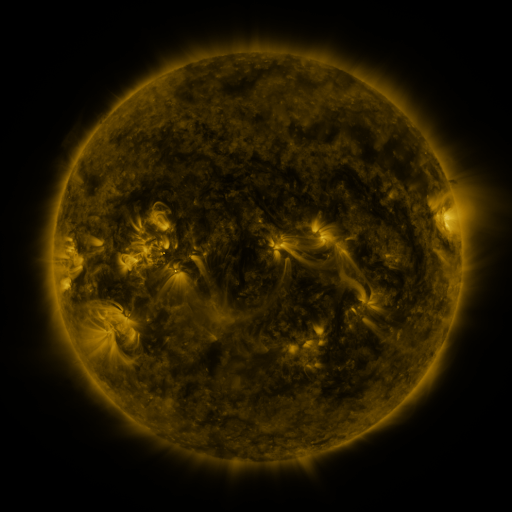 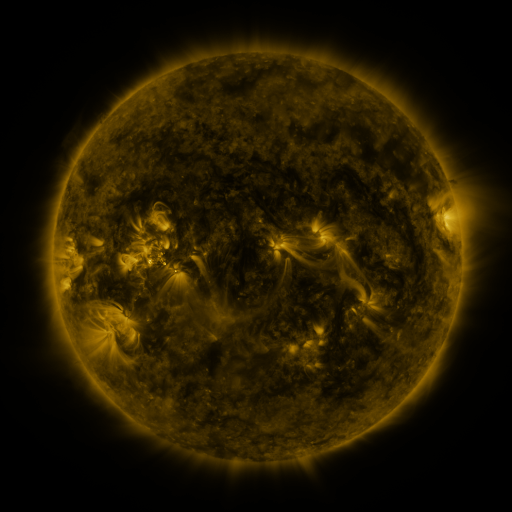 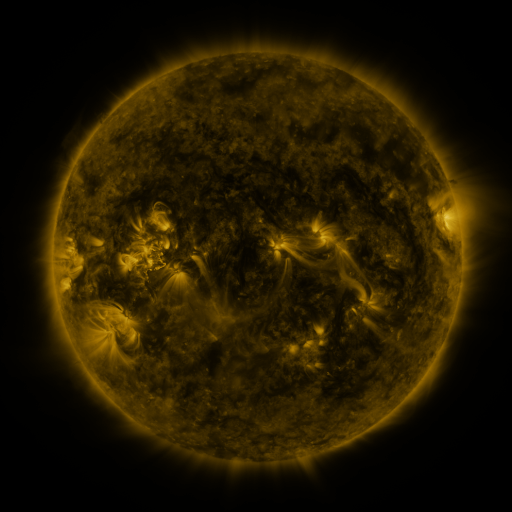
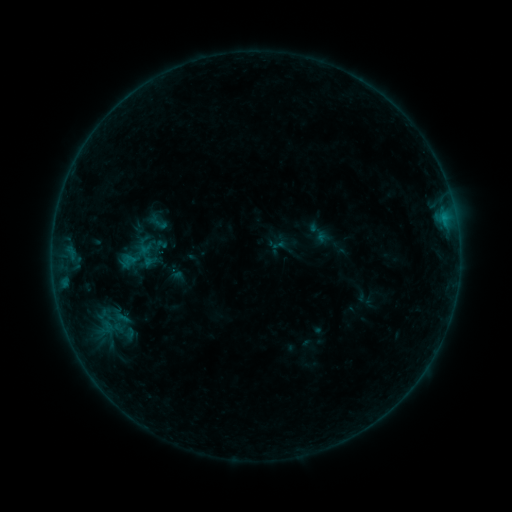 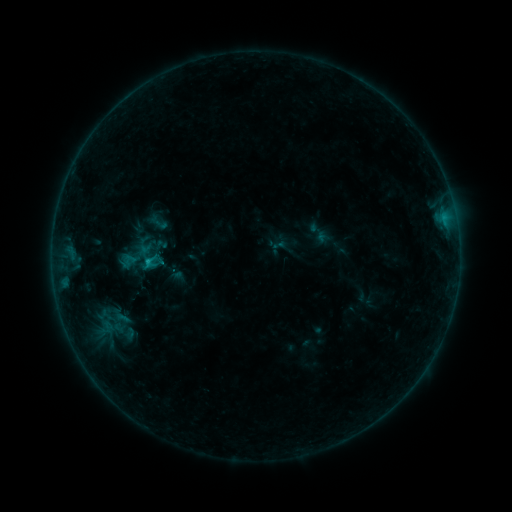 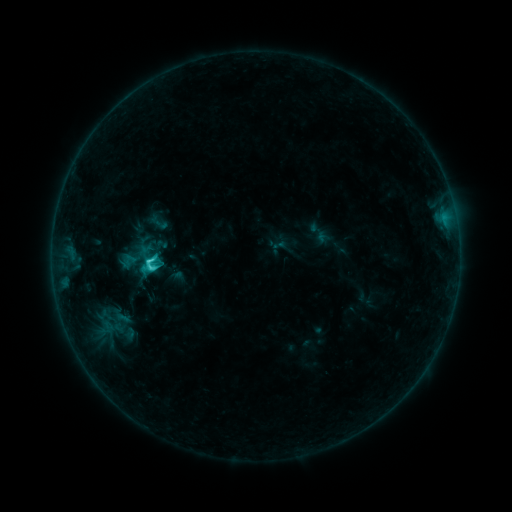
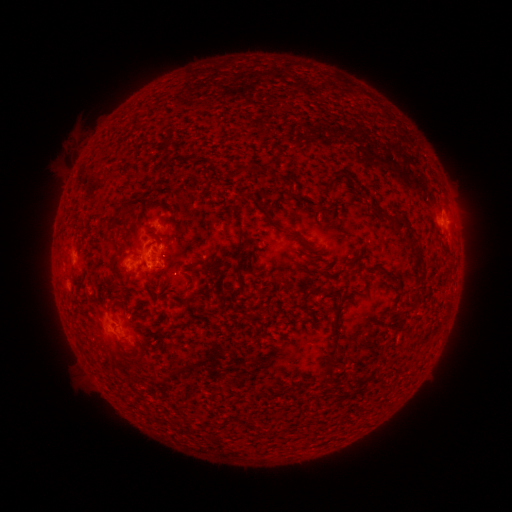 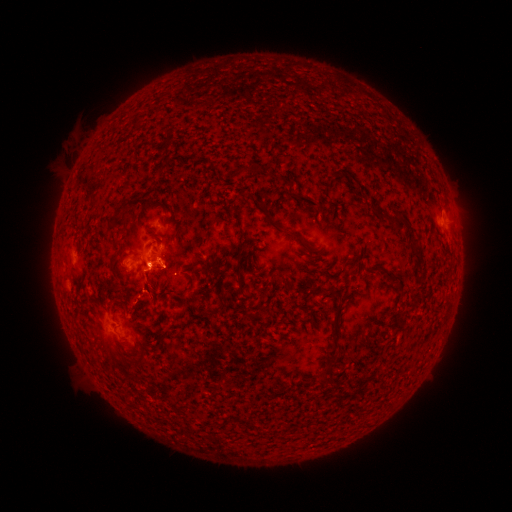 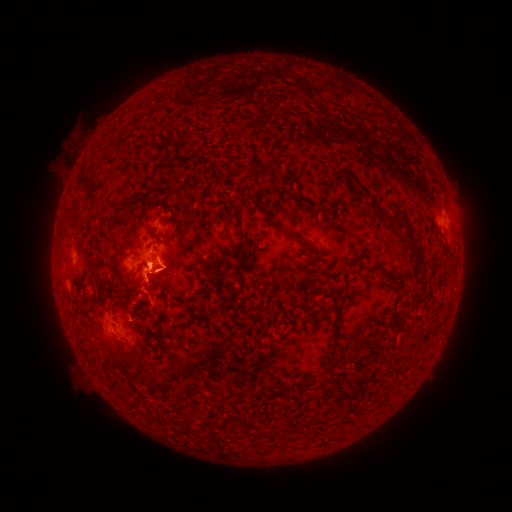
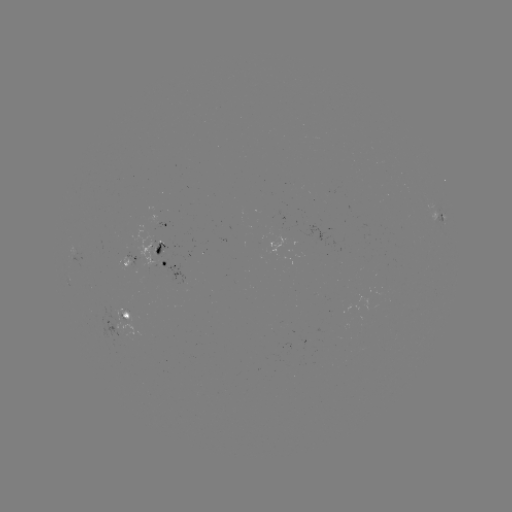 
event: eruption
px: (157, 270)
